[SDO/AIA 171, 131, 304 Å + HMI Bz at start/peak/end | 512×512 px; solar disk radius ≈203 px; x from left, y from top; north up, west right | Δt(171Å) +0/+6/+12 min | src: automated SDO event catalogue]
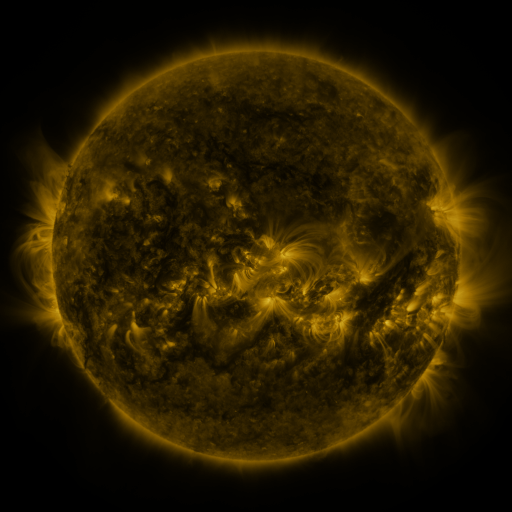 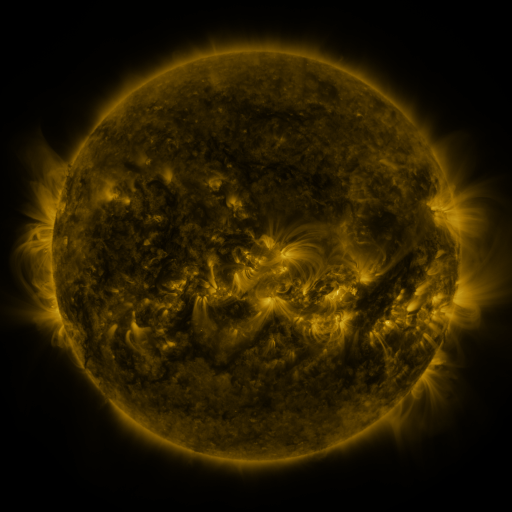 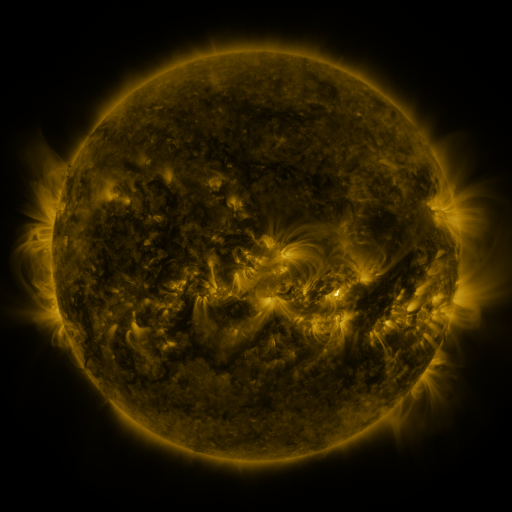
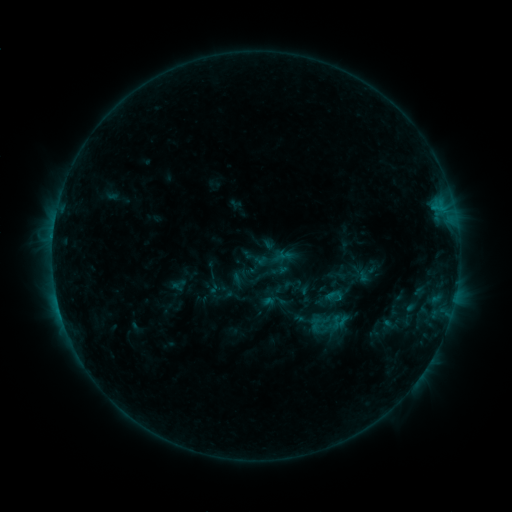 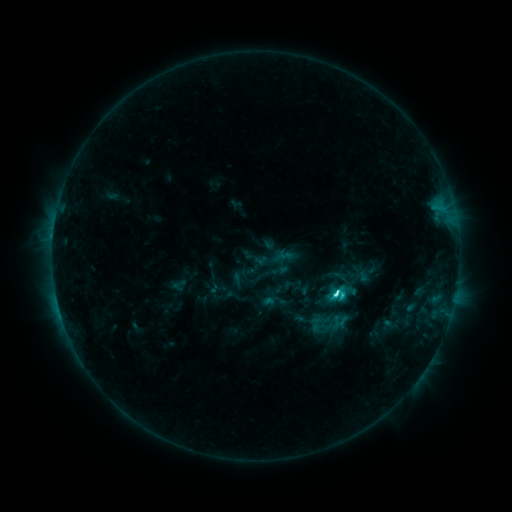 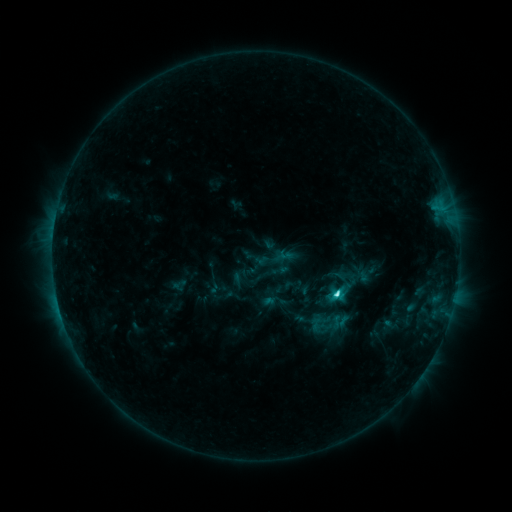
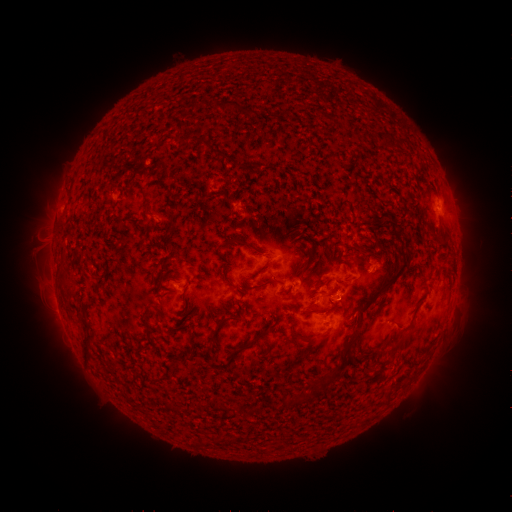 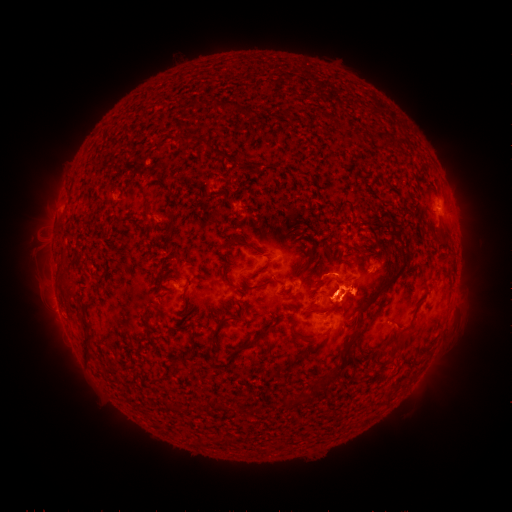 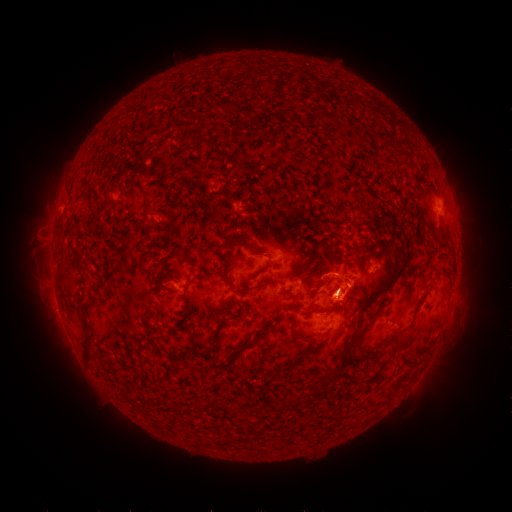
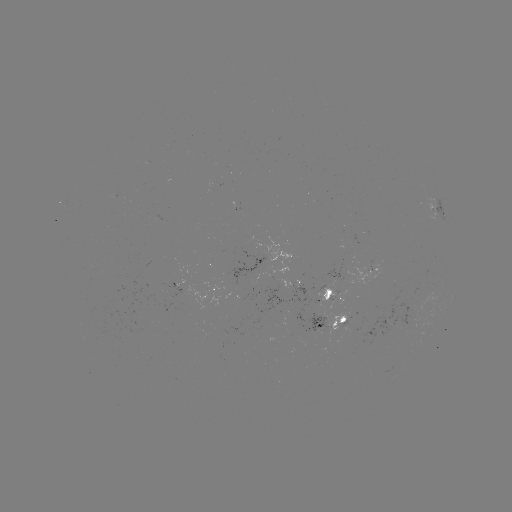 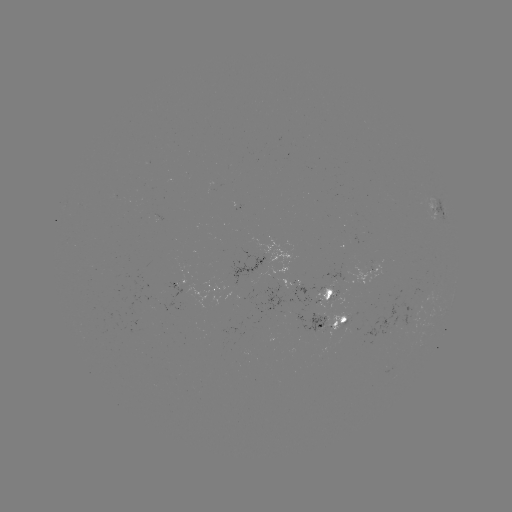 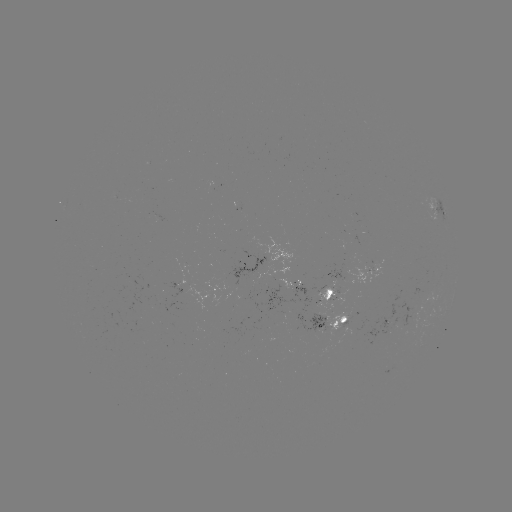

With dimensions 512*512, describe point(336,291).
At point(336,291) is C6.1 flare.